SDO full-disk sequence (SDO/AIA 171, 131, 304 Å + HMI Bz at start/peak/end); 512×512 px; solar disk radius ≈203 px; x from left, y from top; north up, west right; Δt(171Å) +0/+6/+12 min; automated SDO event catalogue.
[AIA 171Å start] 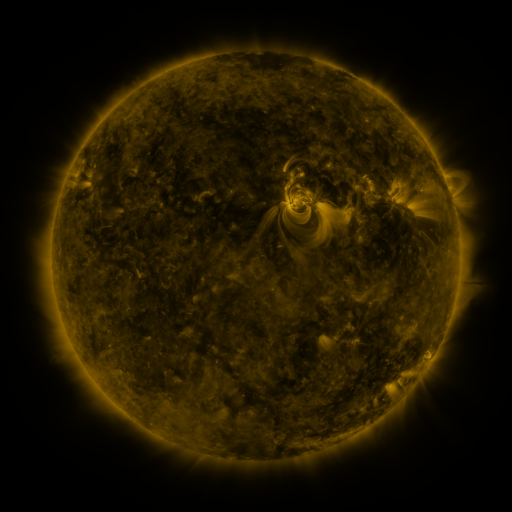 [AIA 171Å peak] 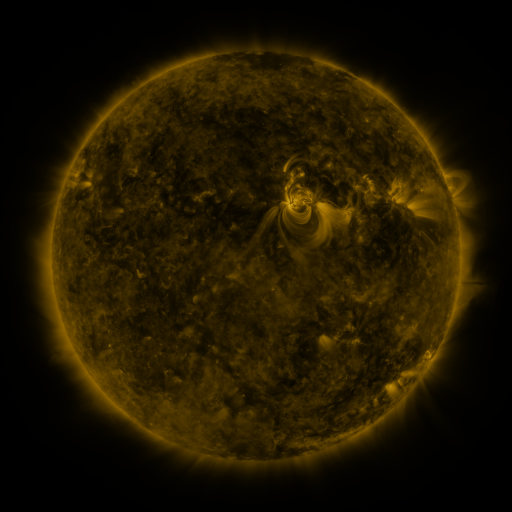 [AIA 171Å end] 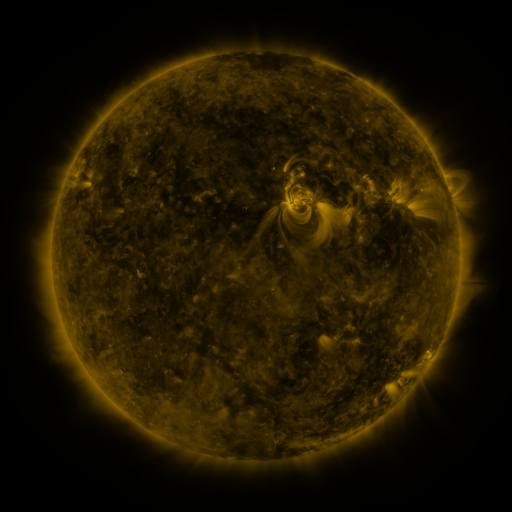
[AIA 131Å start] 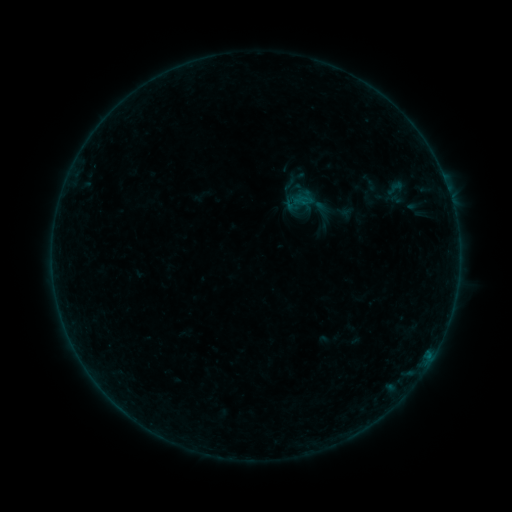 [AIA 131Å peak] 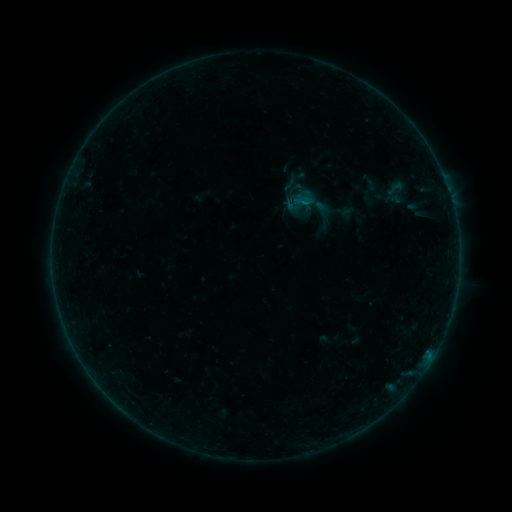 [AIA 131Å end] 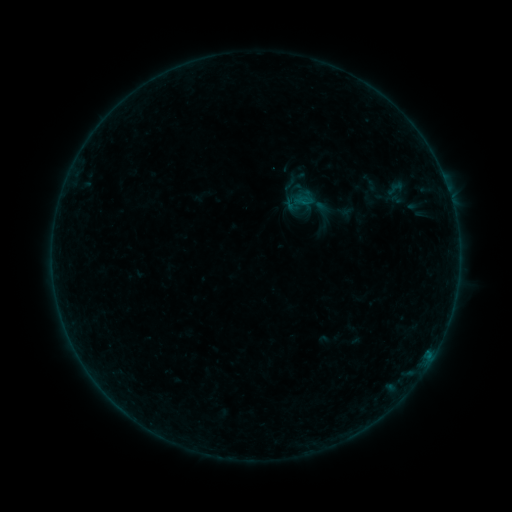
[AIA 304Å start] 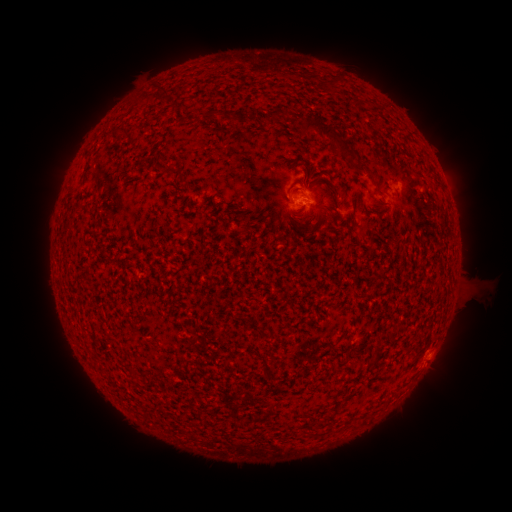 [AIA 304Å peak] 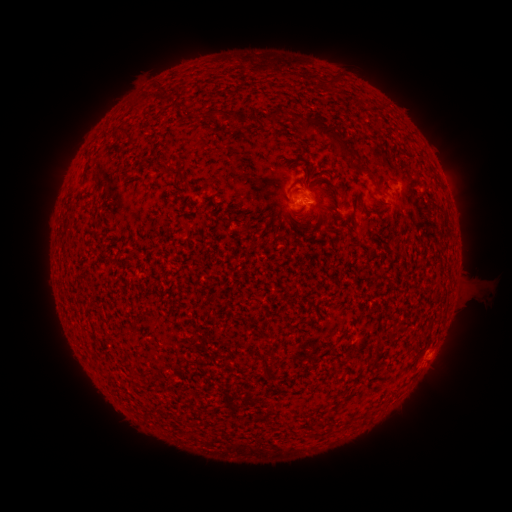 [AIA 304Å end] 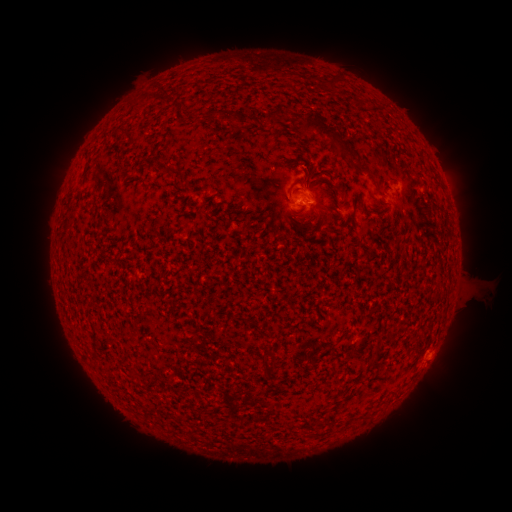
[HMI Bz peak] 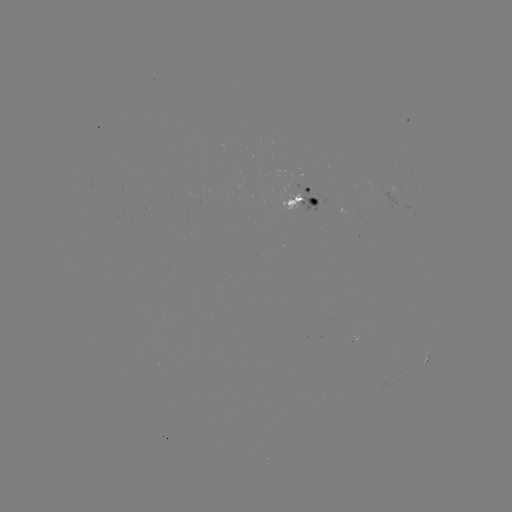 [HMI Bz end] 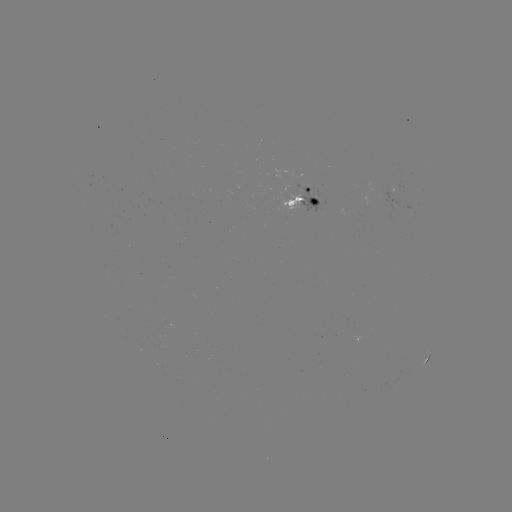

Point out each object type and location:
B1.6 flare: (285, 199)
